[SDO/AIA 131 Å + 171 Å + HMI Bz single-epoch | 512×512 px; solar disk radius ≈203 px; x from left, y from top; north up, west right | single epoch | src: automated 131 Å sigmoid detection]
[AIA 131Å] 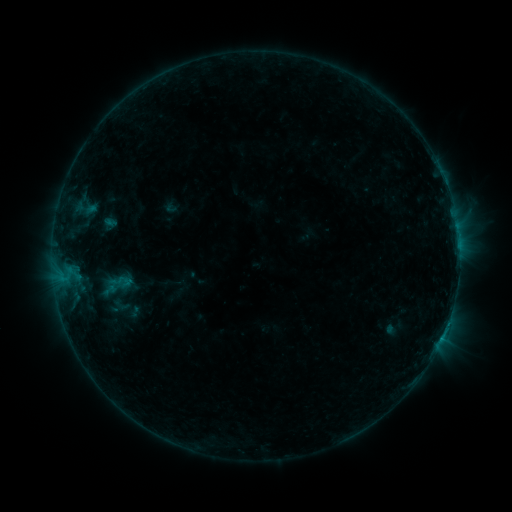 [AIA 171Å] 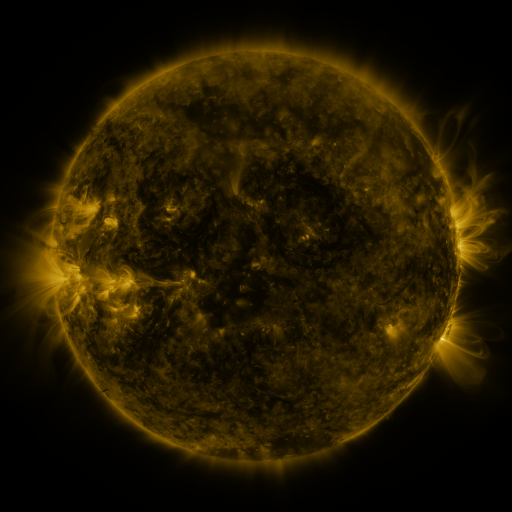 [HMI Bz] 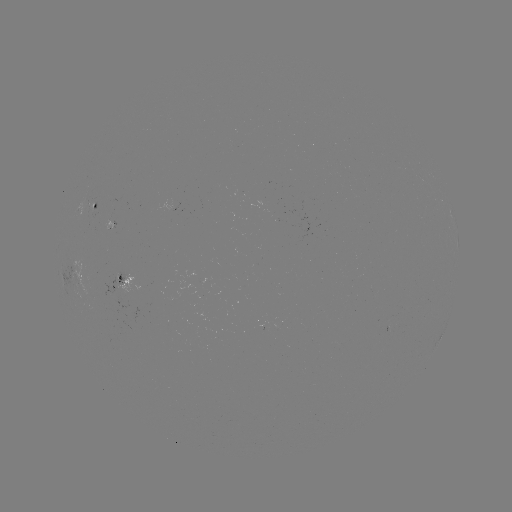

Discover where sigmoid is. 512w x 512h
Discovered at [121, 305].